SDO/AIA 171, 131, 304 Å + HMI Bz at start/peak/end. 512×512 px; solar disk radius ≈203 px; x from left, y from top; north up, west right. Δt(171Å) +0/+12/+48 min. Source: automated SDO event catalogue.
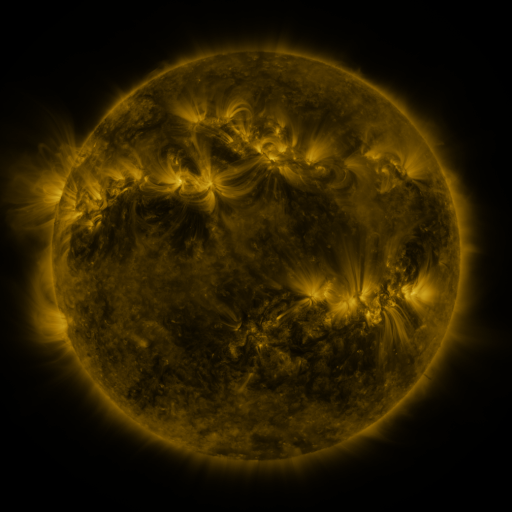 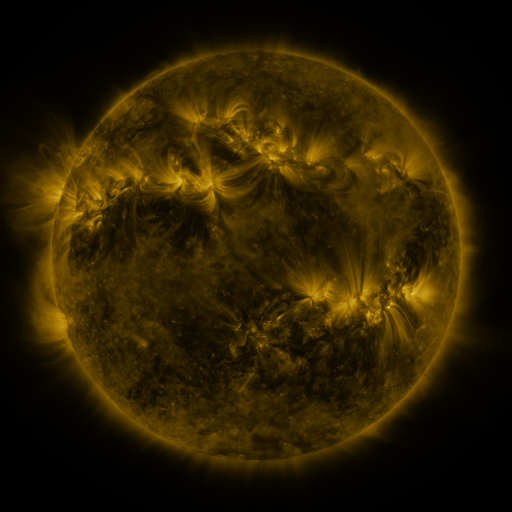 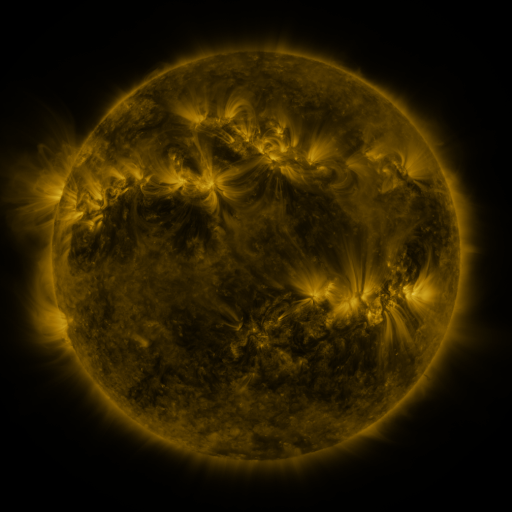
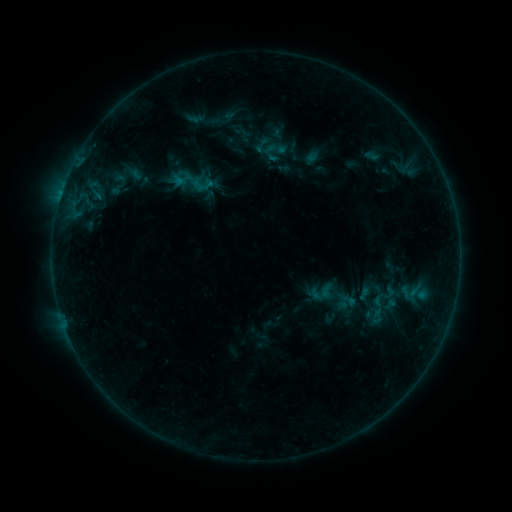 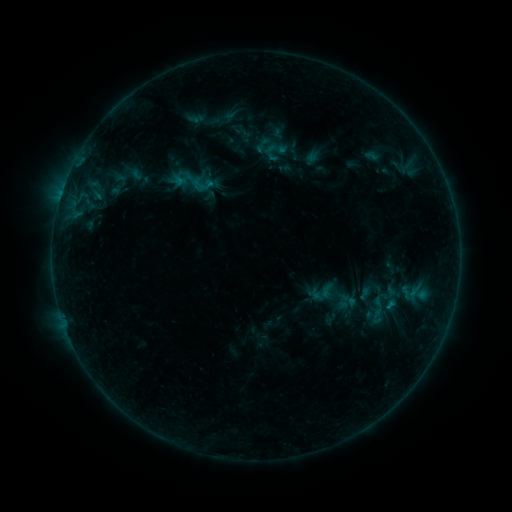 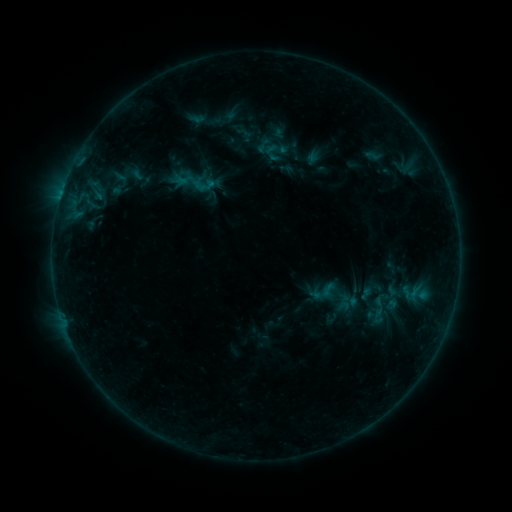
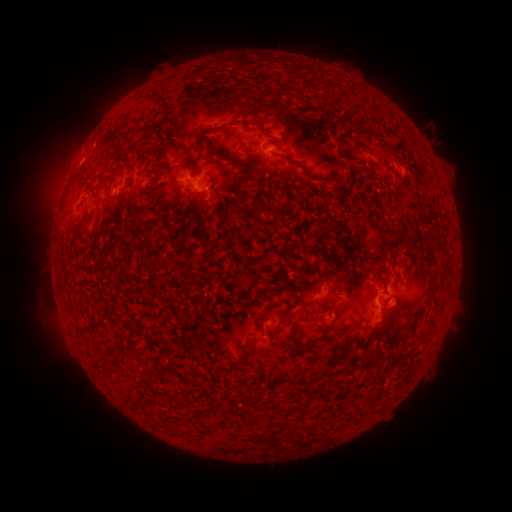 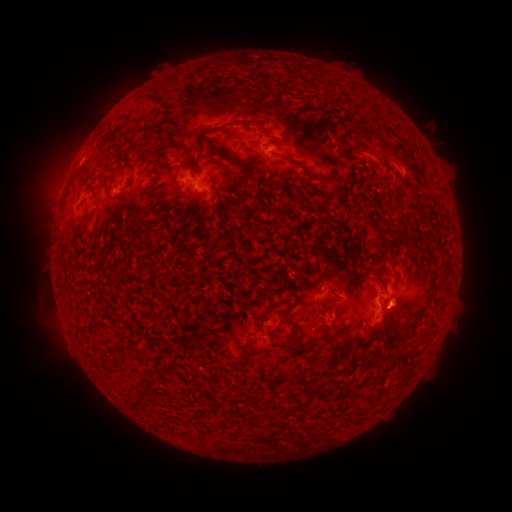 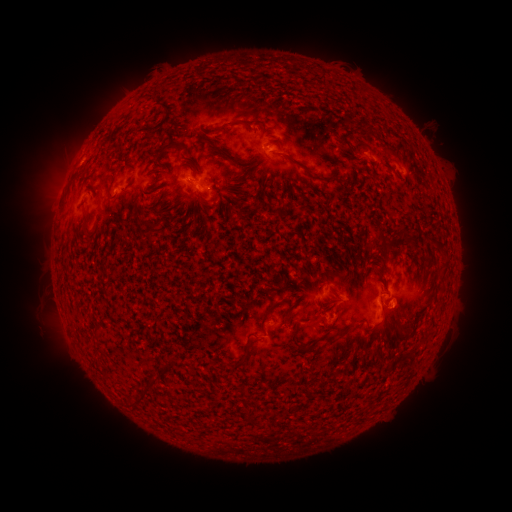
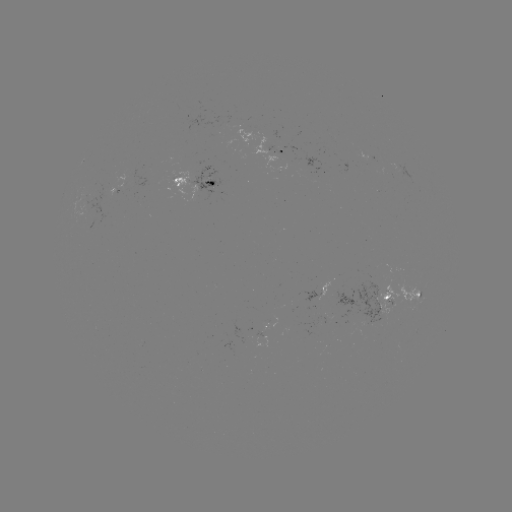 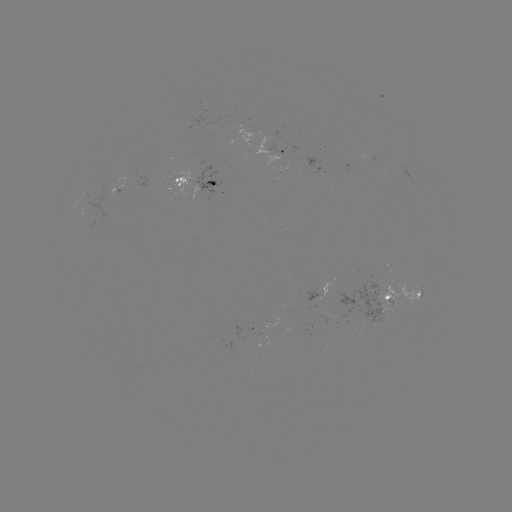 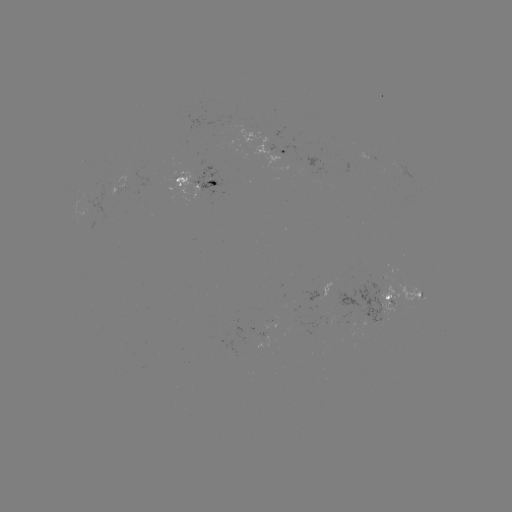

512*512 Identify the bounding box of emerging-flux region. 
[389, 161, 417, 184].